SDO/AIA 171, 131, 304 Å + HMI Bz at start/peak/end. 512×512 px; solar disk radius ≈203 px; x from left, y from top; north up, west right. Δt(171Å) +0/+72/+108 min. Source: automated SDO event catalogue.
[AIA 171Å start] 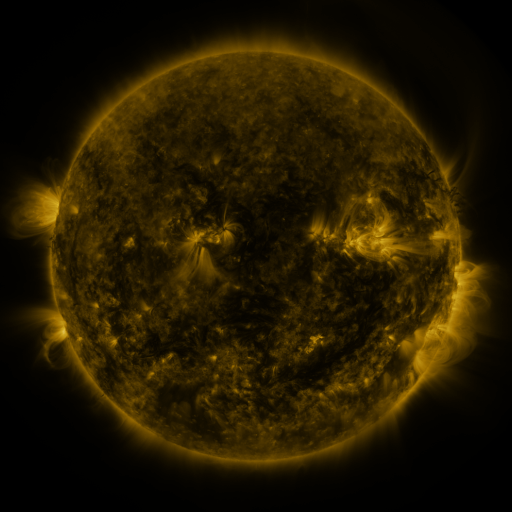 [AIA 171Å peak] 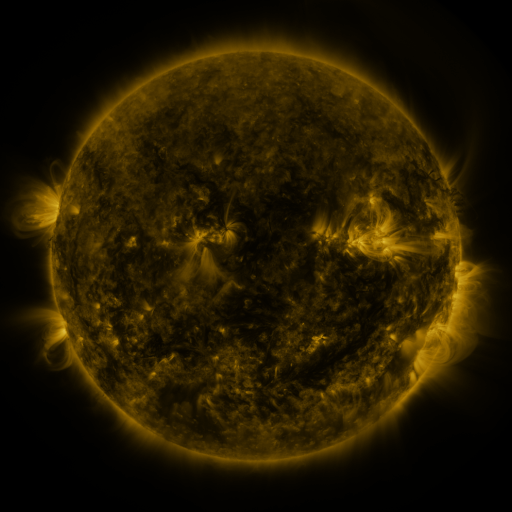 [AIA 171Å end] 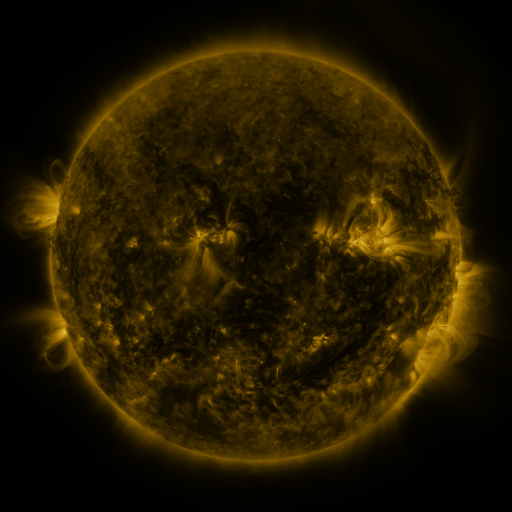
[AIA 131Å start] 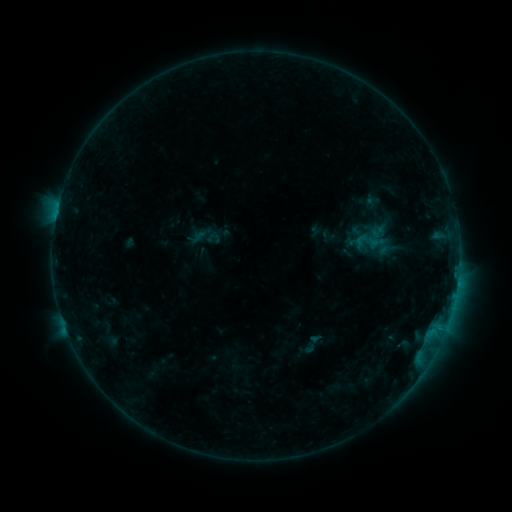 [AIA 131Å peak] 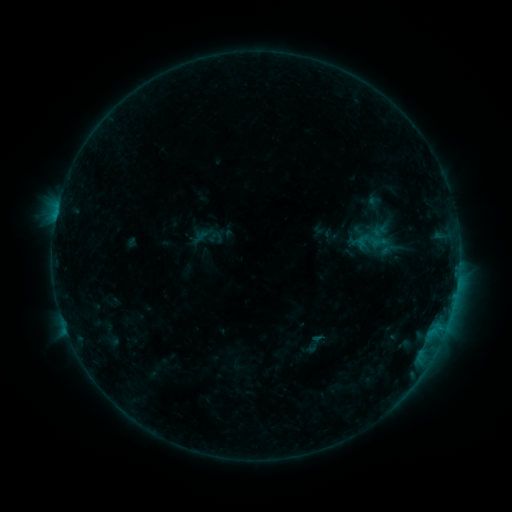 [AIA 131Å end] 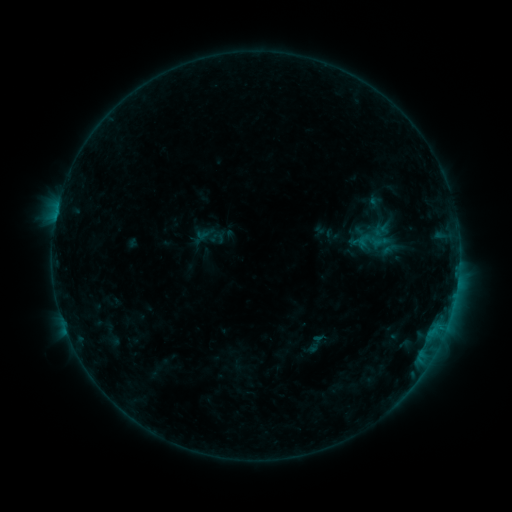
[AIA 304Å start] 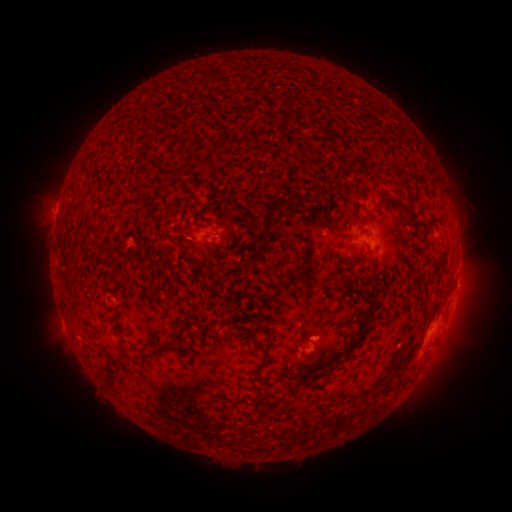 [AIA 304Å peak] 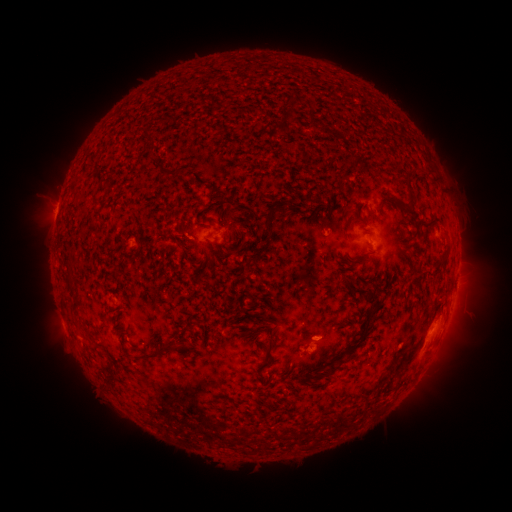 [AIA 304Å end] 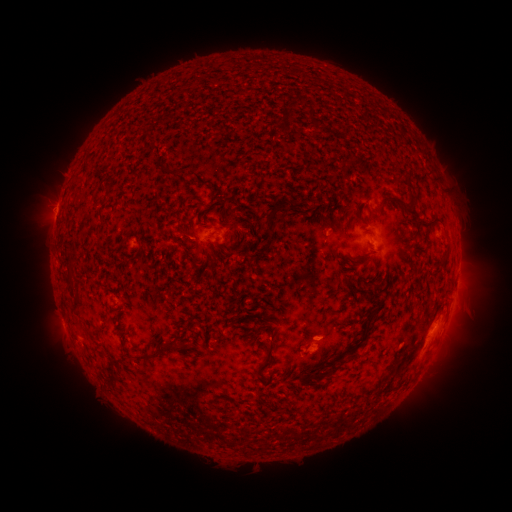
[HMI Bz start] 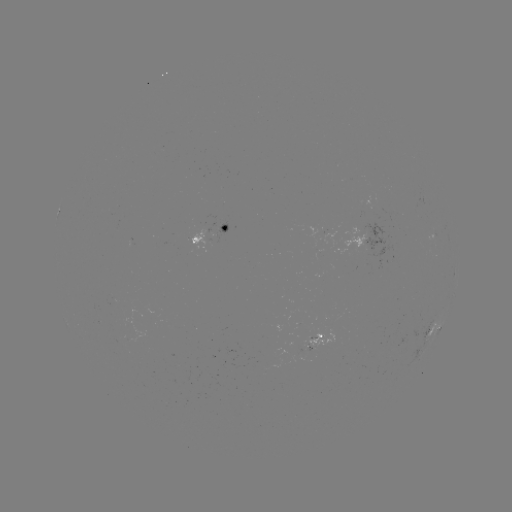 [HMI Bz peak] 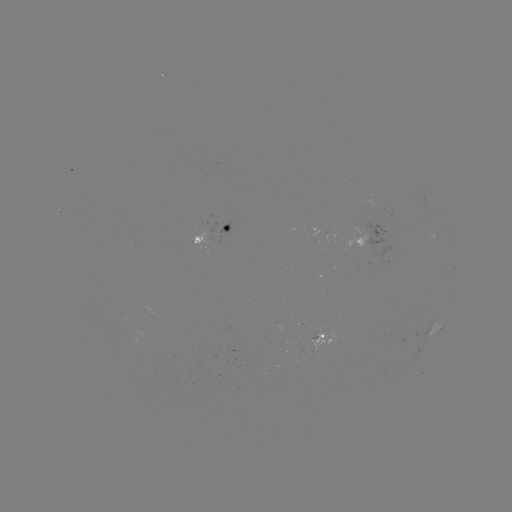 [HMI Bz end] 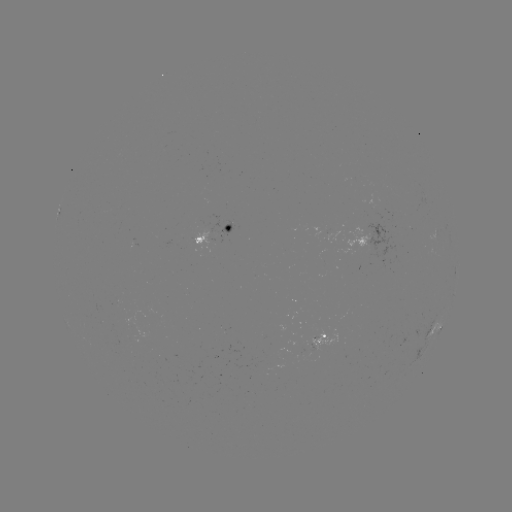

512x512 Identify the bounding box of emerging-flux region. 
[298, 343, 305, 354].